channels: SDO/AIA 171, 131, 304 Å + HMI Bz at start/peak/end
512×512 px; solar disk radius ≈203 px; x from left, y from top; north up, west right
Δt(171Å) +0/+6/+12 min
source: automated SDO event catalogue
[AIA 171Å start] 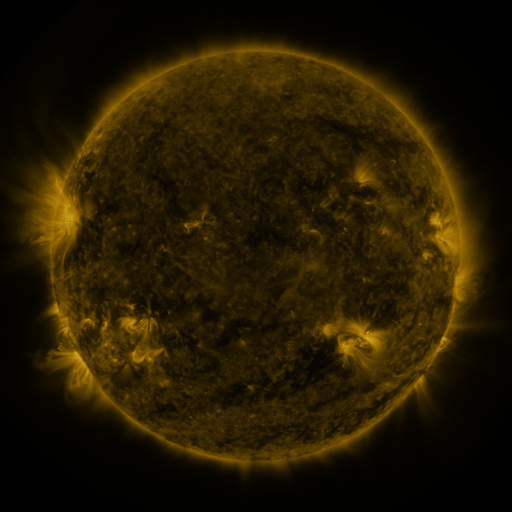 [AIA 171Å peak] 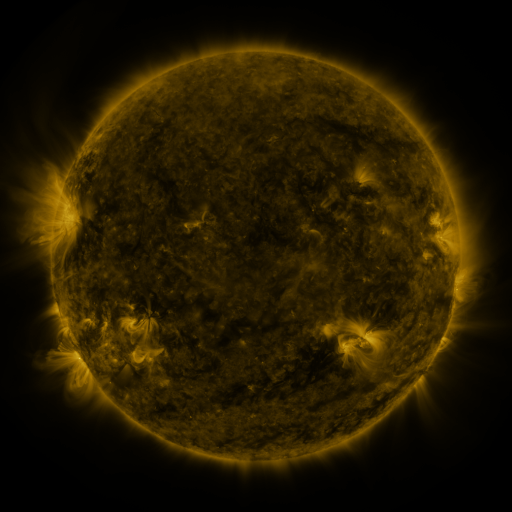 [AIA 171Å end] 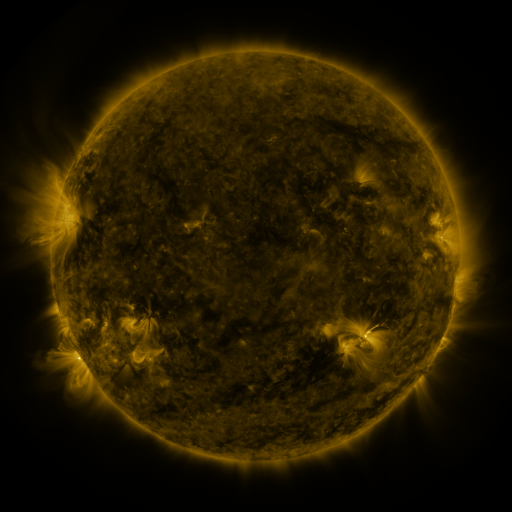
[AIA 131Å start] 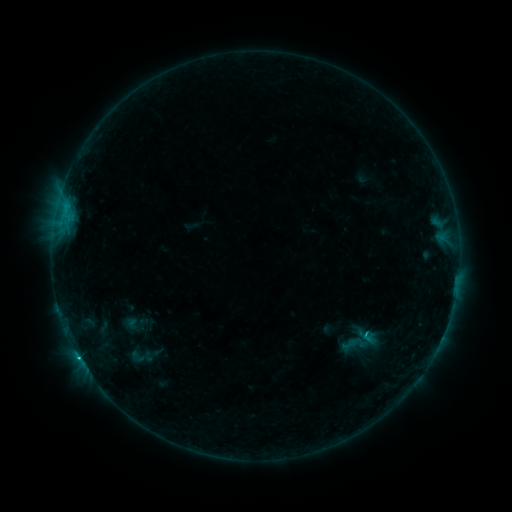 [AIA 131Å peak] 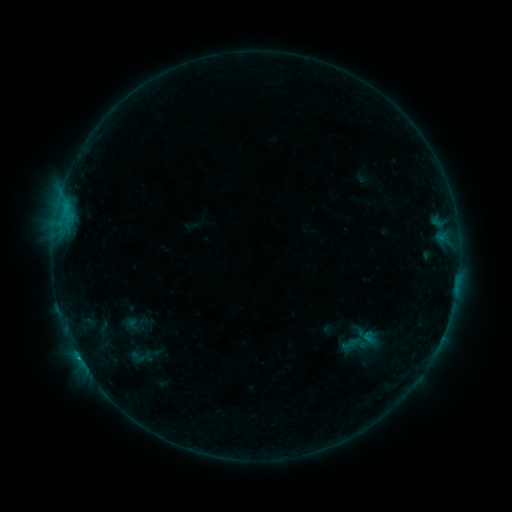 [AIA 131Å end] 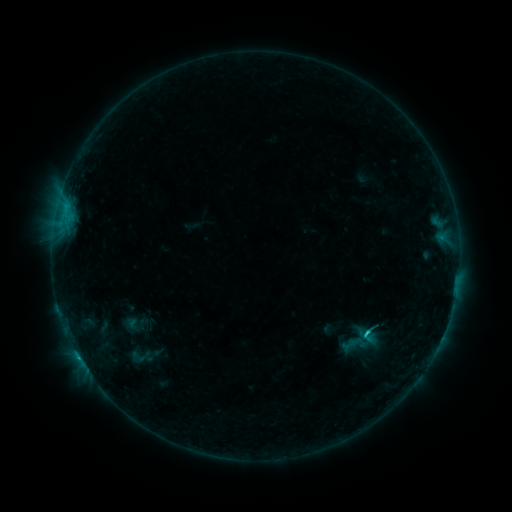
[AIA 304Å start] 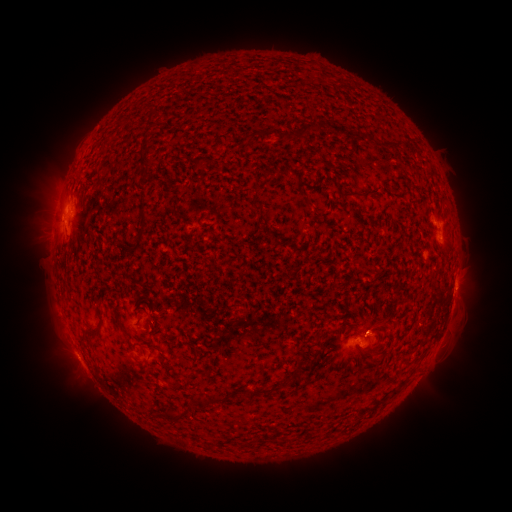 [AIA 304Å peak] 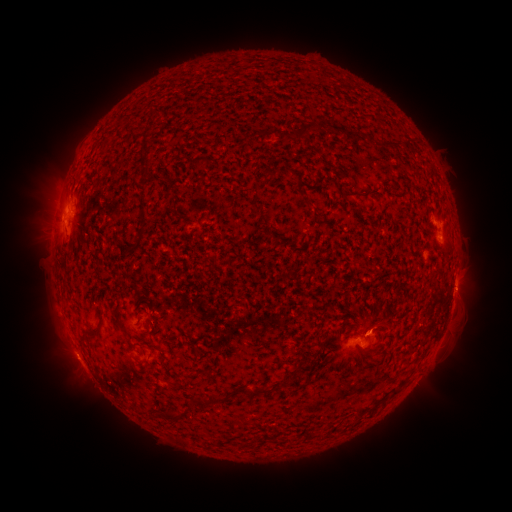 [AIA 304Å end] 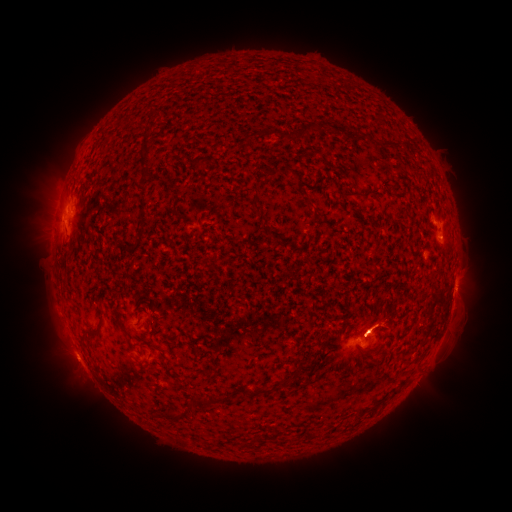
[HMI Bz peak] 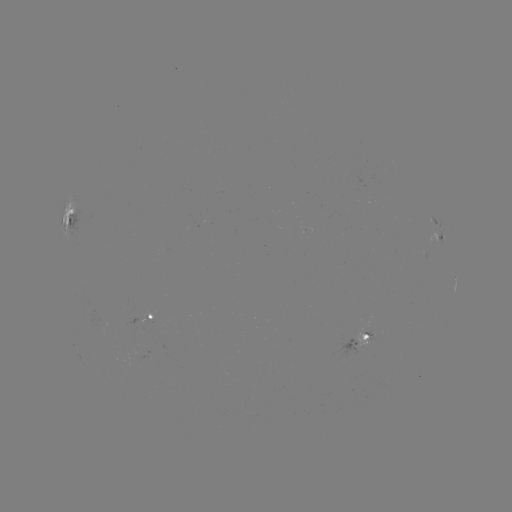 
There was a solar flare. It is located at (78, 355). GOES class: B8.6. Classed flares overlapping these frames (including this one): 2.